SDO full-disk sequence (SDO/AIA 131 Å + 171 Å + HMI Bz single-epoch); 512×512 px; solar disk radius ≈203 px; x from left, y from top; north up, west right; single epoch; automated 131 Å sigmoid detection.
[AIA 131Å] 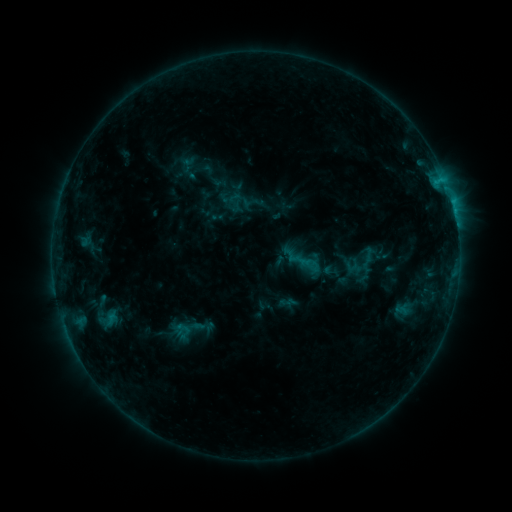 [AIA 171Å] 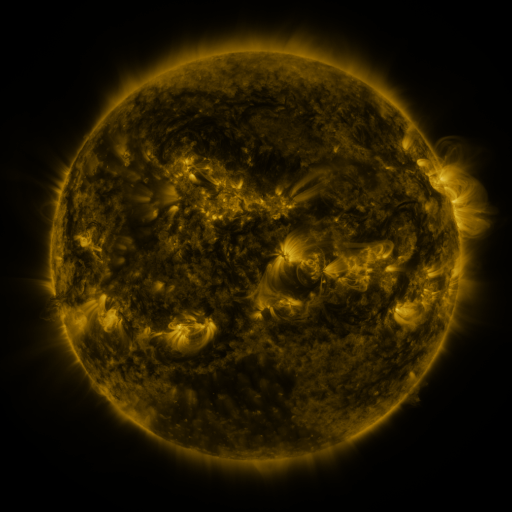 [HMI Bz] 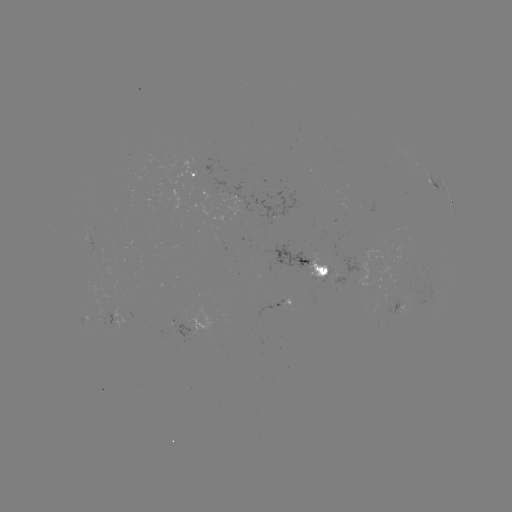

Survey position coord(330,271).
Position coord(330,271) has sigmoid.